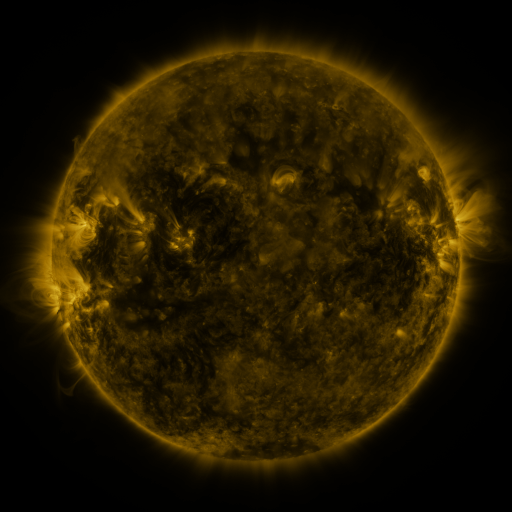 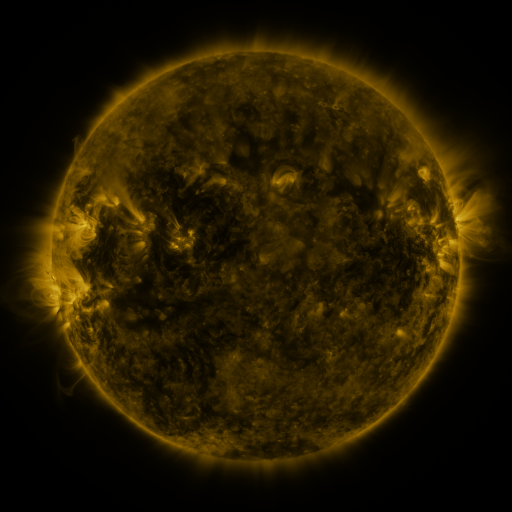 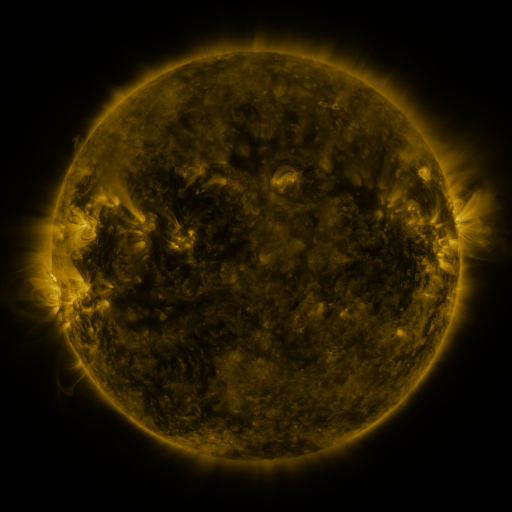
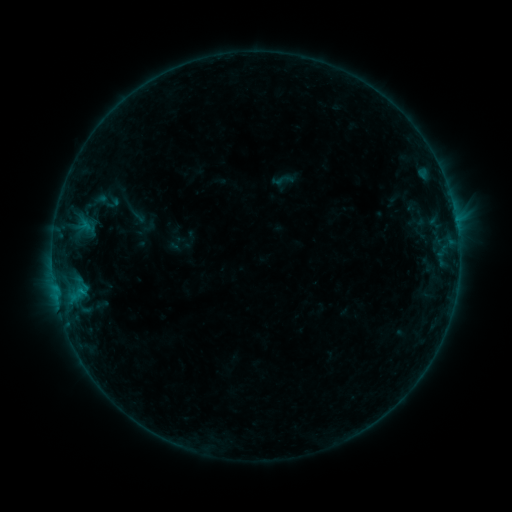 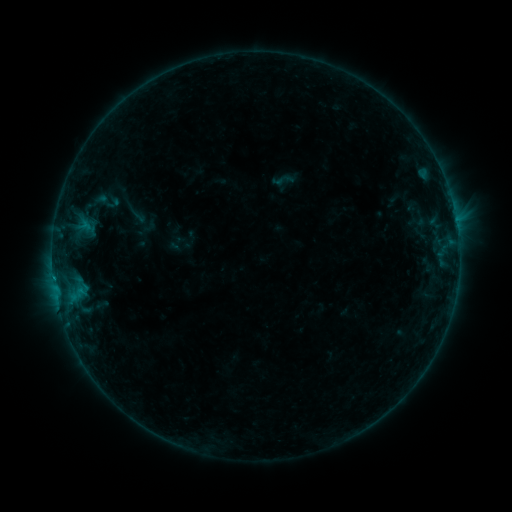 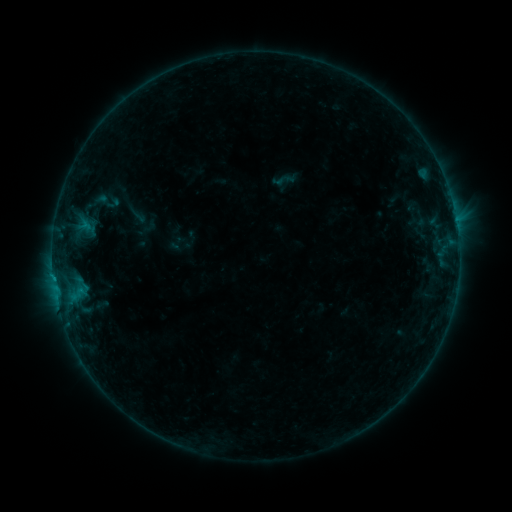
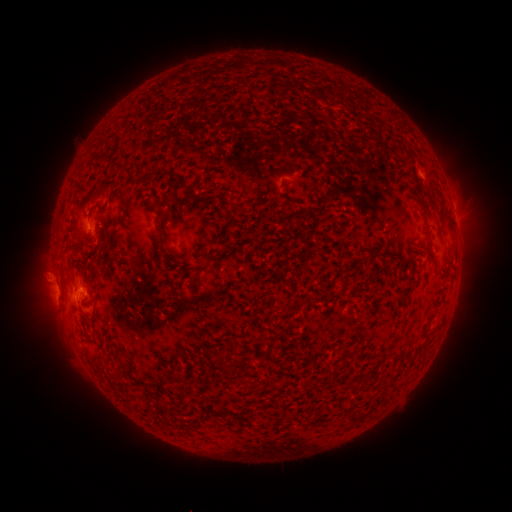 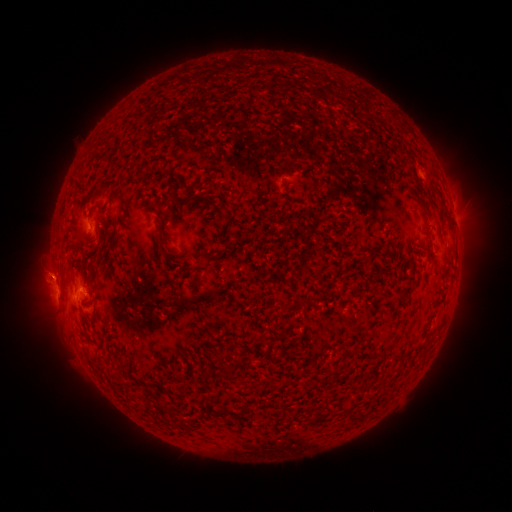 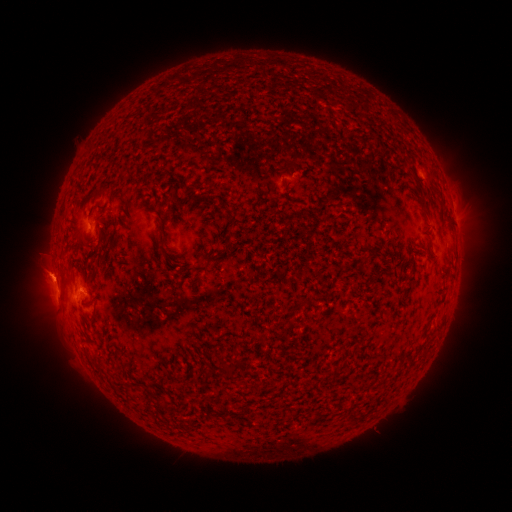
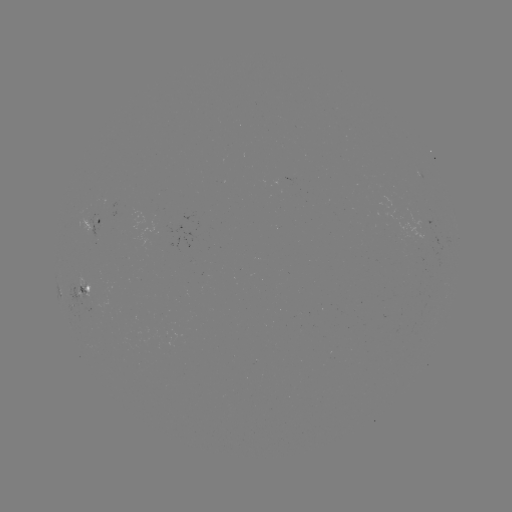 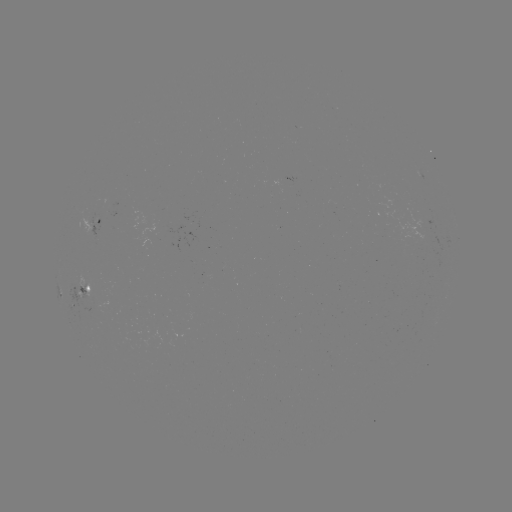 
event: flare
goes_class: B3.9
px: (83, 288)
